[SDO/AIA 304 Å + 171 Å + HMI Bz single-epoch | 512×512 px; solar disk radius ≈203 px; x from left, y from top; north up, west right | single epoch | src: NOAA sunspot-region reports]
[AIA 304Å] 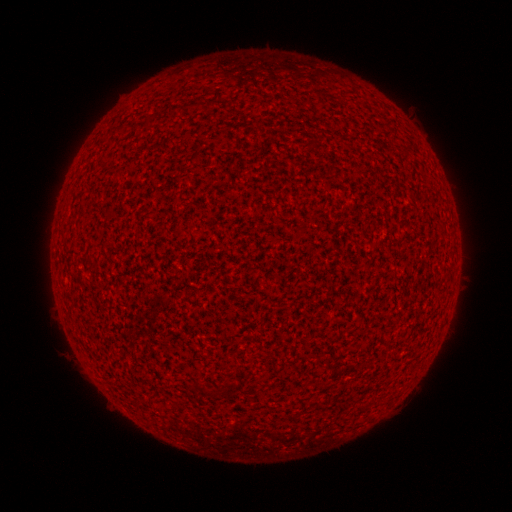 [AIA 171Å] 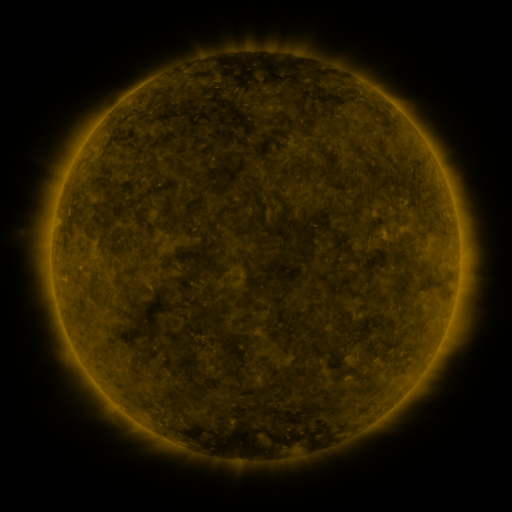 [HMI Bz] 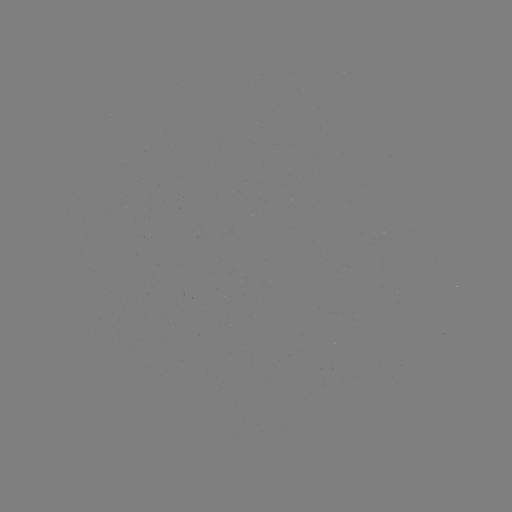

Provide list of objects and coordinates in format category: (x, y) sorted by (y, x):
(none)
